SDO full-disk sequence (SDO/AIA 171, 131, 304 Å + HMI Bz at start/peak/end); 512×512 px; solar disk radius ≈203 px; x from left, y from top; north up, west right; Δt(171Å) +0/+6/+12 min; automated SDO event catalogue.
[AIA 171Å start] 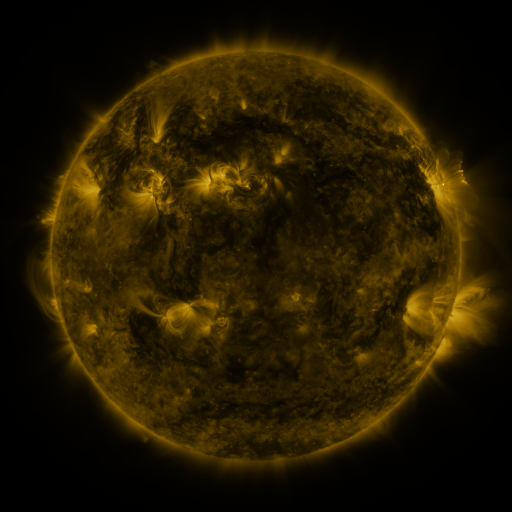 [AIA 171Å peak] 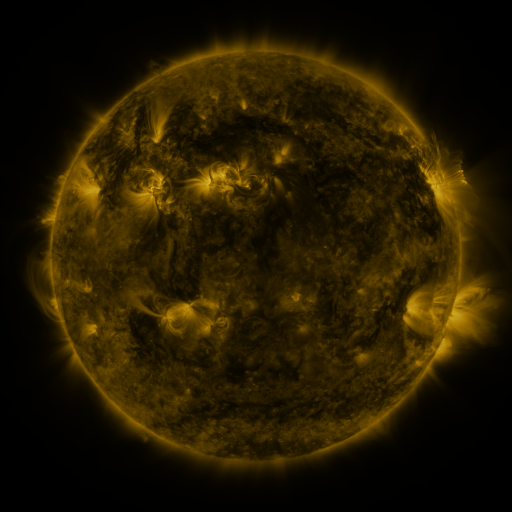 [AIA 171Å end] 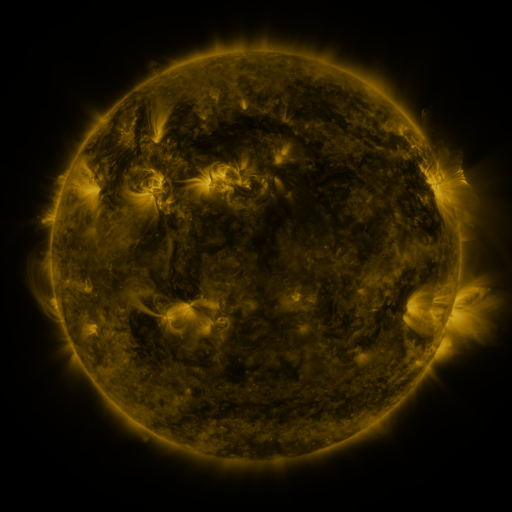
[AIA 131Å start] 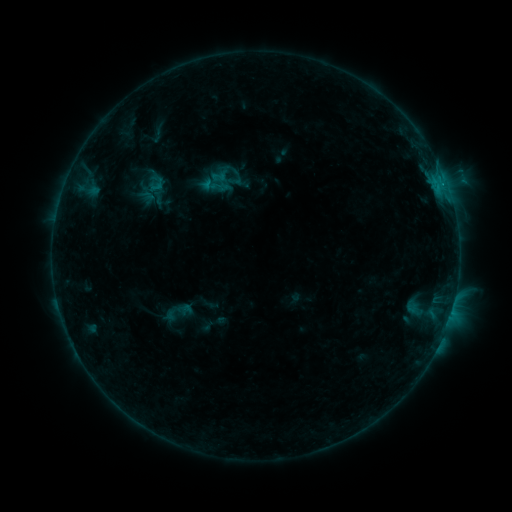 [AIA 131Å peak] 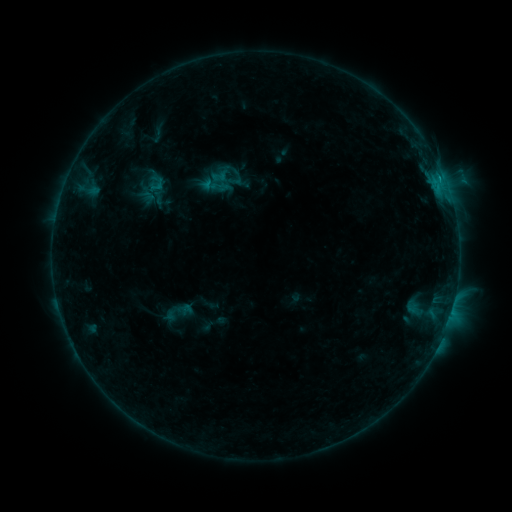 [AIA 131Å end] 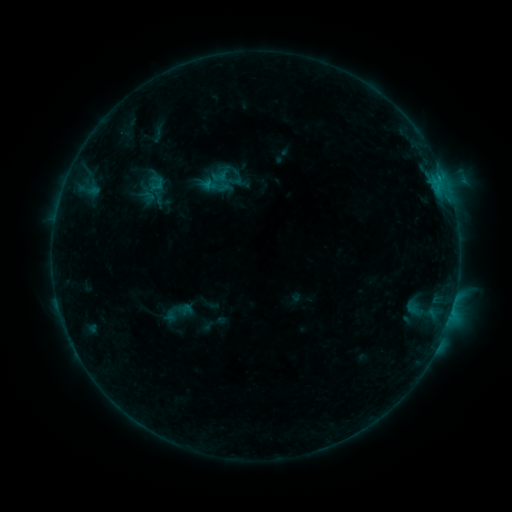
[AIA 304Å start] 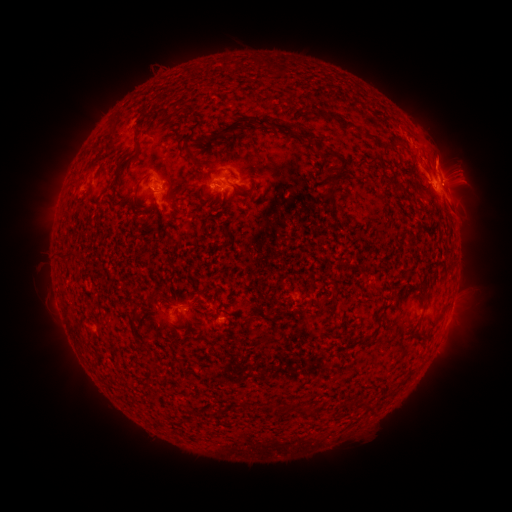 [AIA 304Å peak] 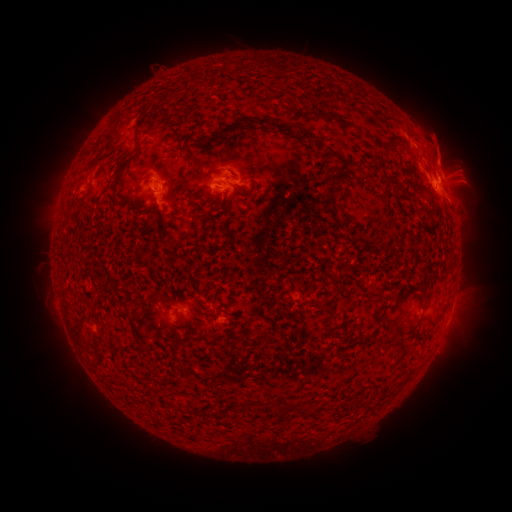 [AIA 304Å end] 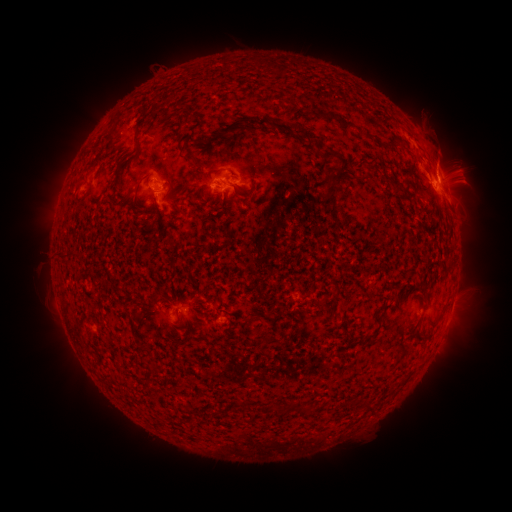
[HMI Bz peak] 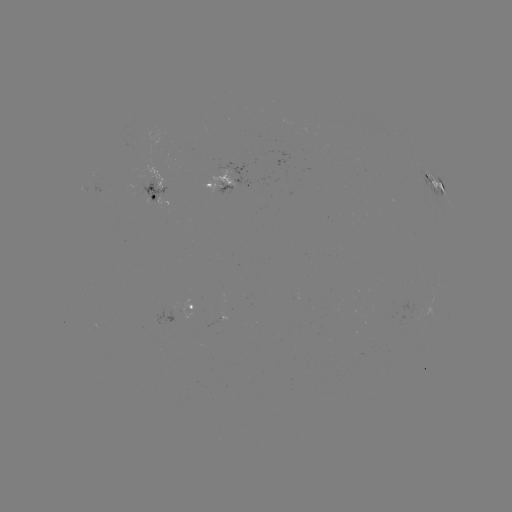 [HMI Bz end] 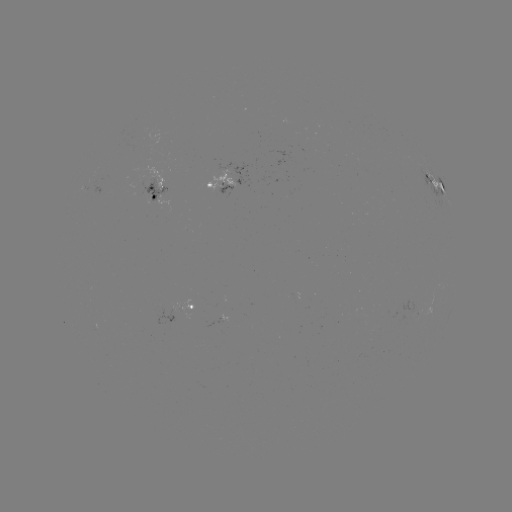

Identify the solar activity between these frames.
eruption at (445, 153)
